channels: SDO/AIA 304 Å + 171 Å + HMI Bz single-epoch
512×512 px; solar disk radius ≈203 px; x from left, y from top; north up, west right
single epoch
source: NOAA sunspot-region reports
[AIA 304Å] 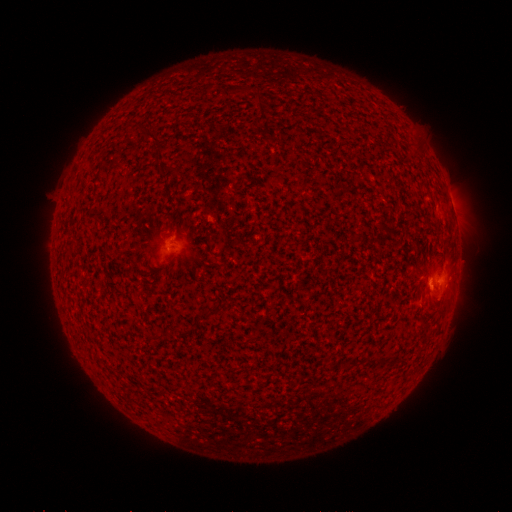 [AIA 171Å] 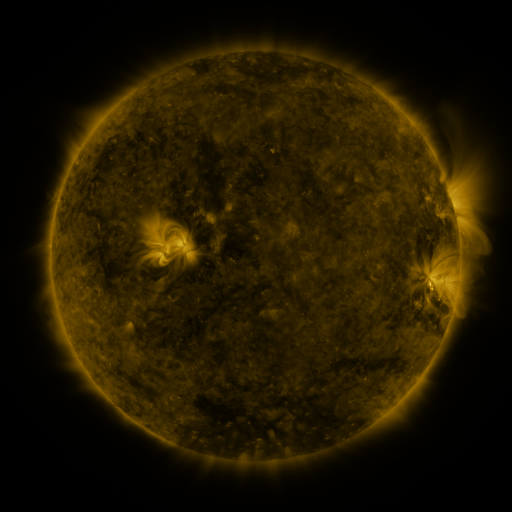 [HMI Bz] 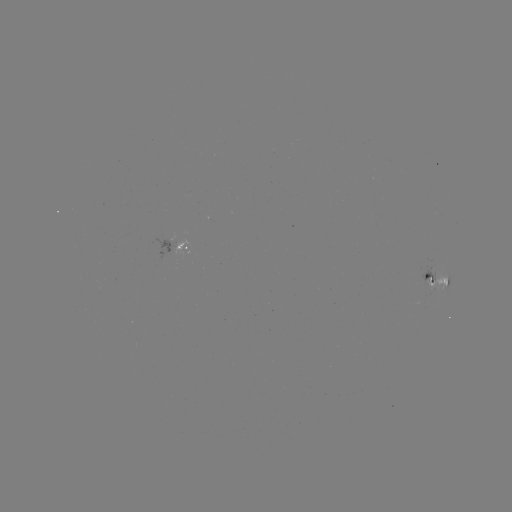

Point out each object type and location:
spotted active region: (179, 242)
spotted active region: (440, 282)
